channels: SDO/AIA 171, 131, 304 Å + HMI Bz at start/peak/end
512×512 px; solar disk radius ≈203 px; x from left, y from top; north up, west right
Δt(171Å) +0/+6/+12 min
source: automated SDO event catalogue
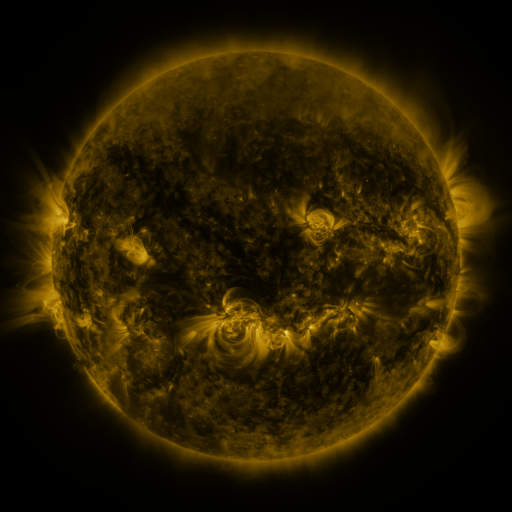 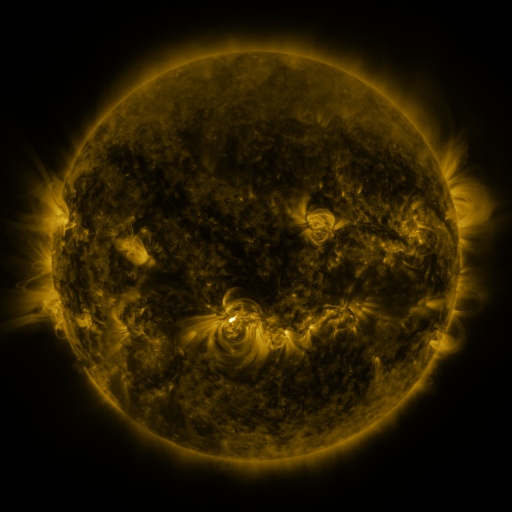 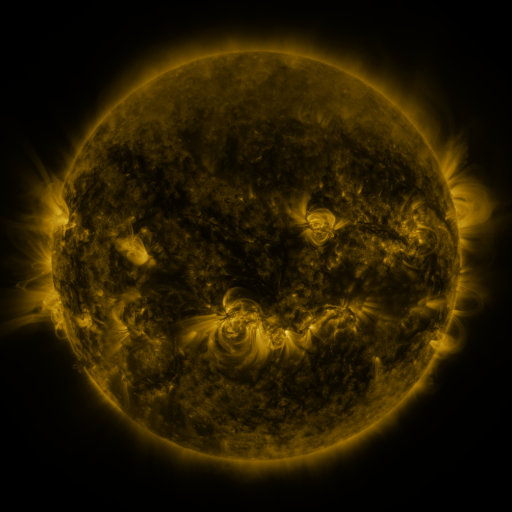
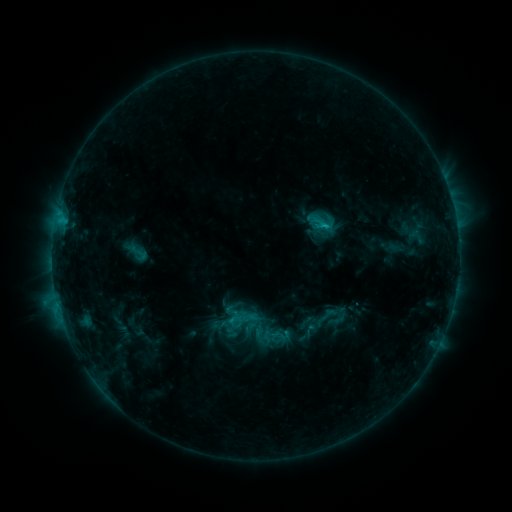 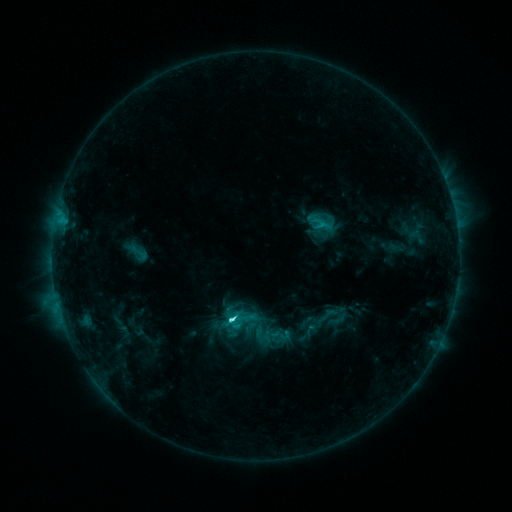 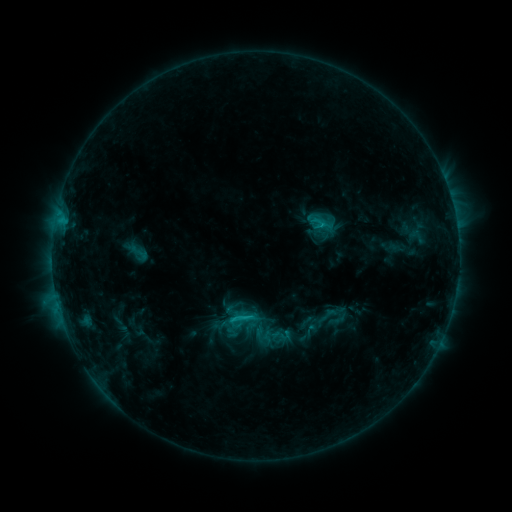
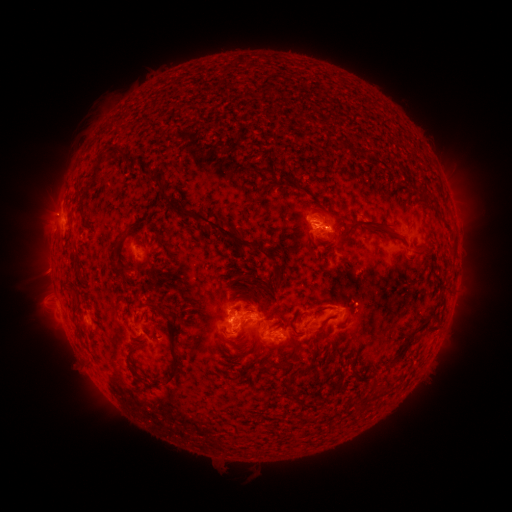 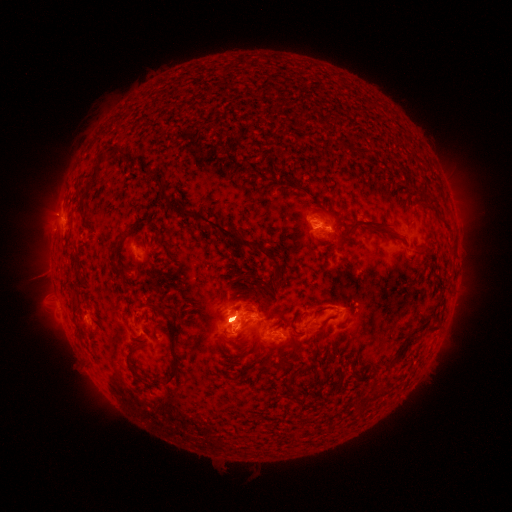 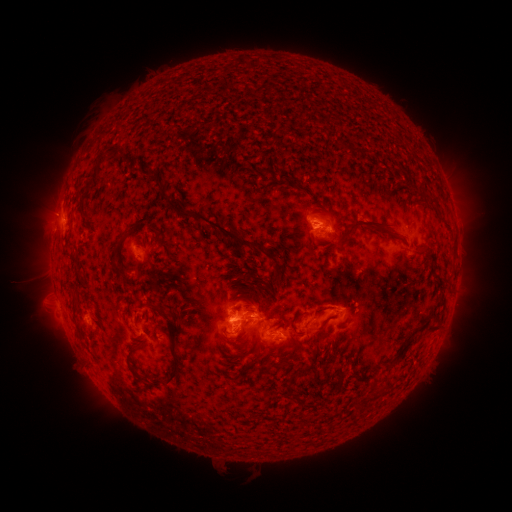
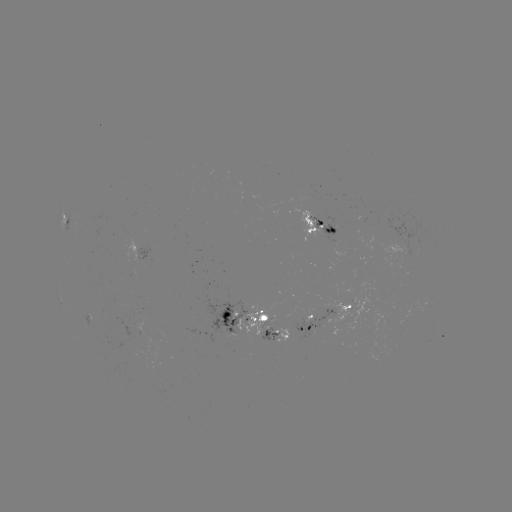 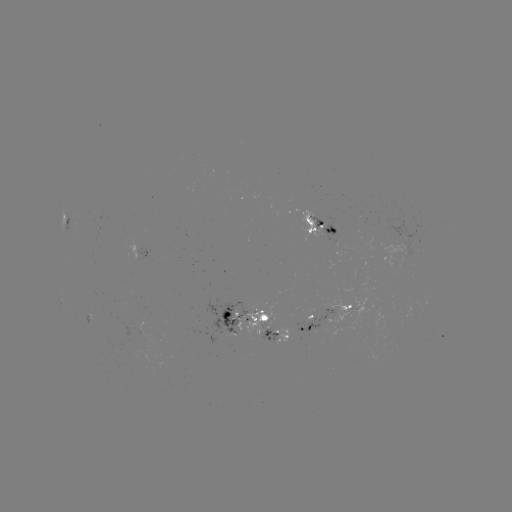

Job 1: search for C4.2 flare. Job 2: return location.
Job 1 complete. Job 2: (231, 318).